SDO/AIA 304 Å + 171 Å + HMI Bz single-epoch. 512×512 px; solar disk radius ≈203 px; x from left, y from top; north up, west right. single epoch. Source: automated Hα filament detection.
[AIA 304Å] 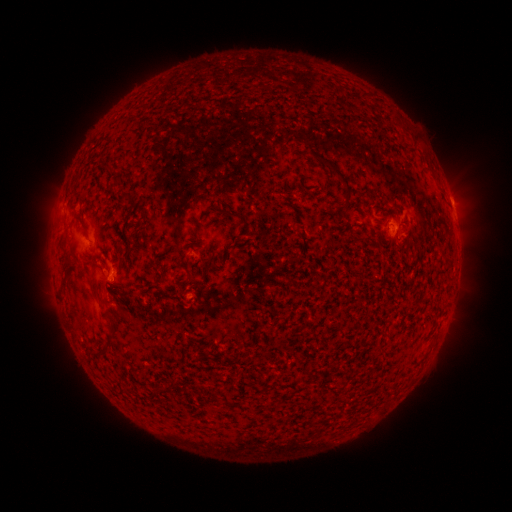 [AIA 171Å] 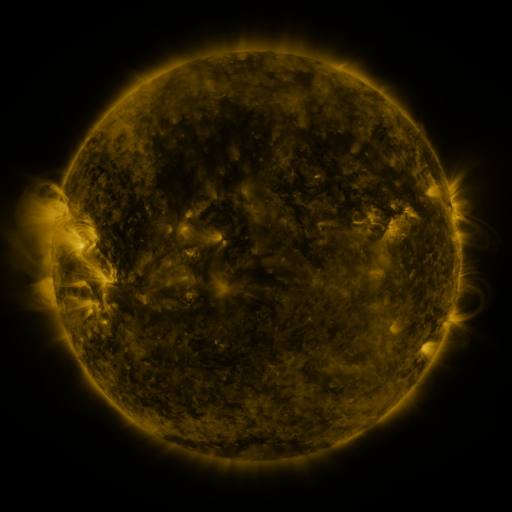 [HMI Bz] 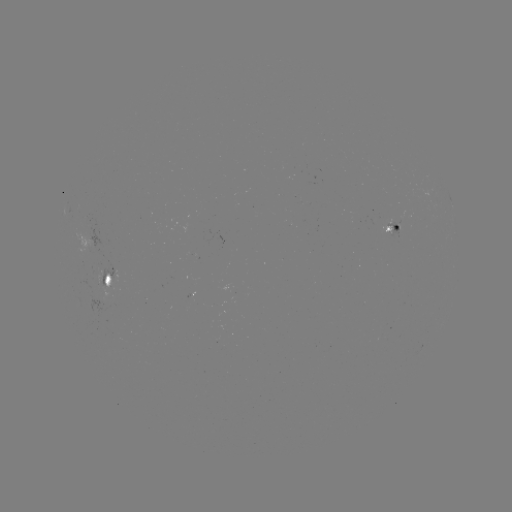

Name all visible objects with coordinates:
filament: <bbox>306, 149, 351, 196</bbox>
filament: <bbox>112, 176, 123, 190</bbox>
filament: <bbox>73, 216, 83, 224</bbox>
filament: <bbox>88, 277, 98, 299</bbox>
filament: <bbox>106, 307, 121, 343</bbox>
